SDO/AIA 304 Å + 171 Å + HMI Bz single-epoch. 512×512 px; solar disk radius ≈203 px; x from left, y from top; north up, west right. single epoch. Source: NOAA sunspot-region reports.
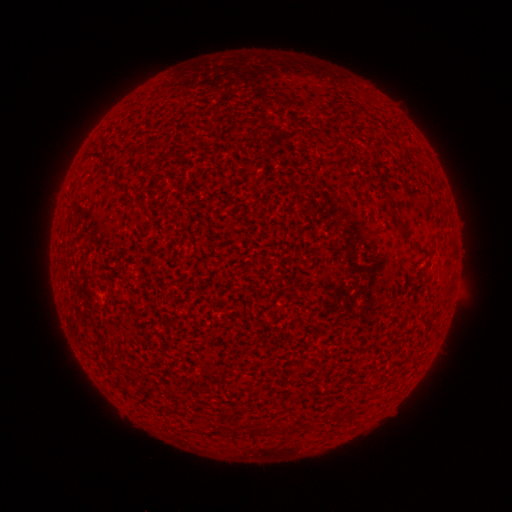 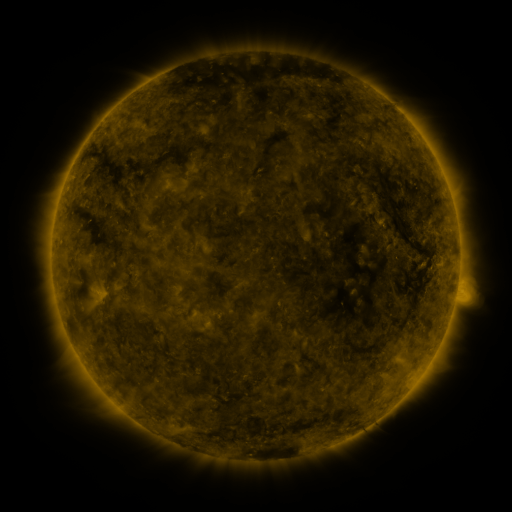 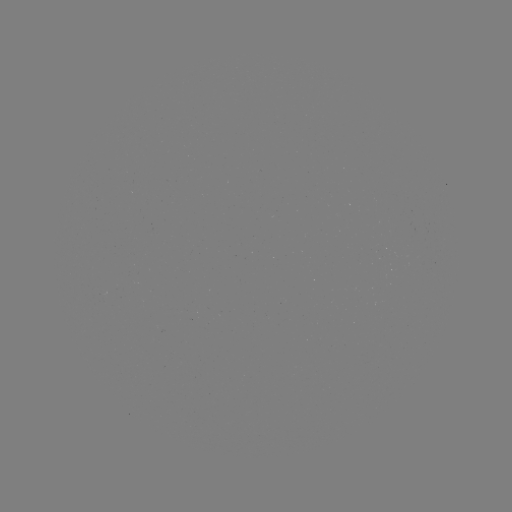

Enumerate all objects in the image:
(none)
